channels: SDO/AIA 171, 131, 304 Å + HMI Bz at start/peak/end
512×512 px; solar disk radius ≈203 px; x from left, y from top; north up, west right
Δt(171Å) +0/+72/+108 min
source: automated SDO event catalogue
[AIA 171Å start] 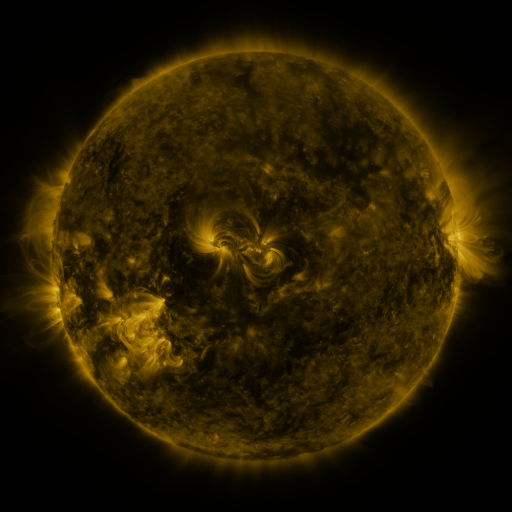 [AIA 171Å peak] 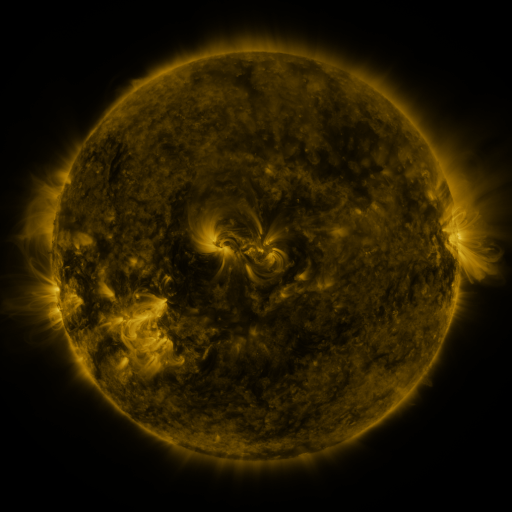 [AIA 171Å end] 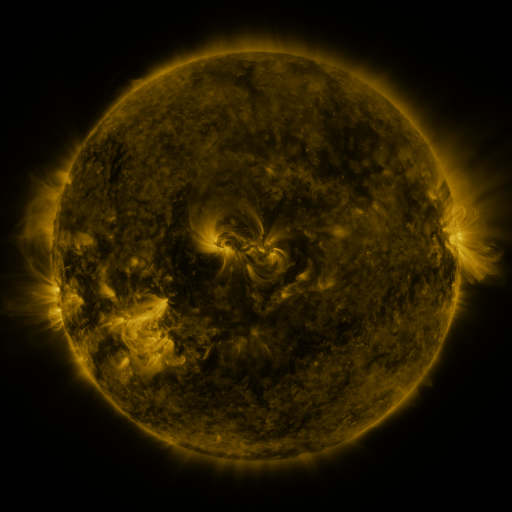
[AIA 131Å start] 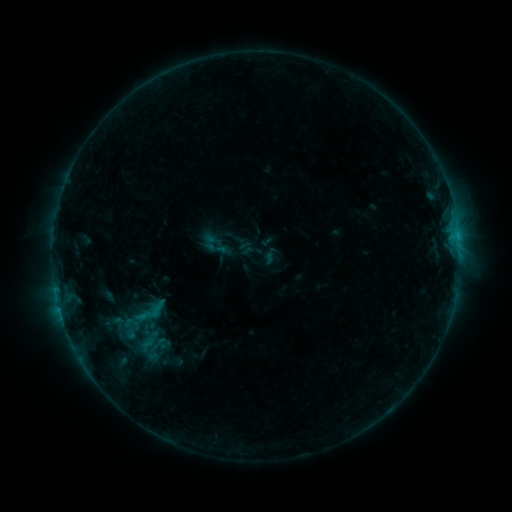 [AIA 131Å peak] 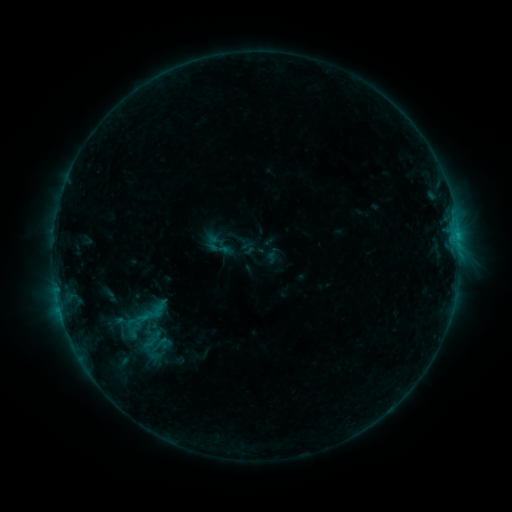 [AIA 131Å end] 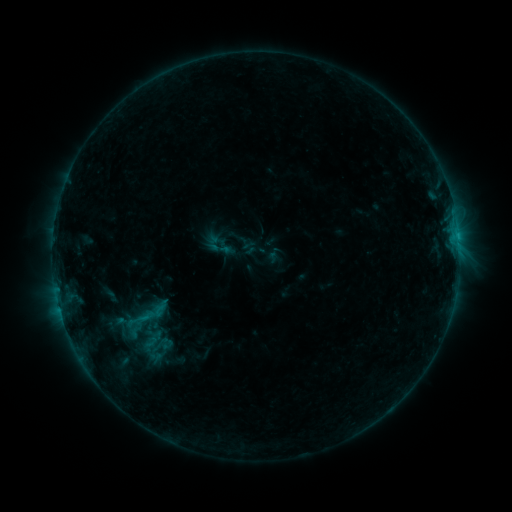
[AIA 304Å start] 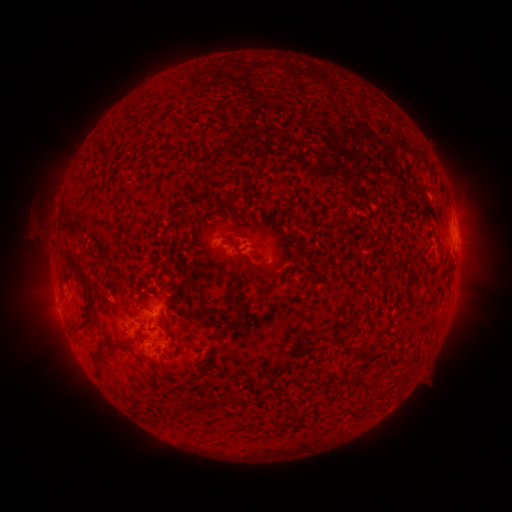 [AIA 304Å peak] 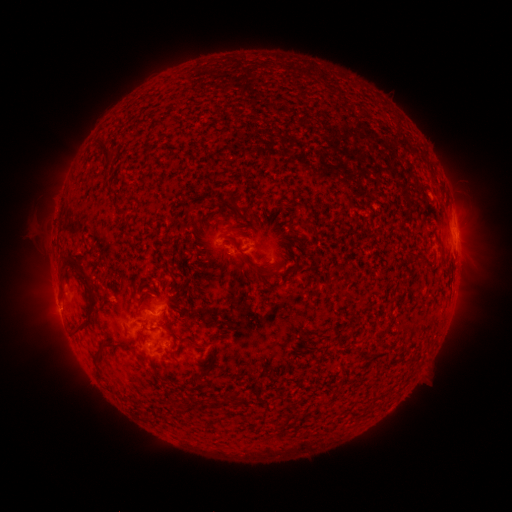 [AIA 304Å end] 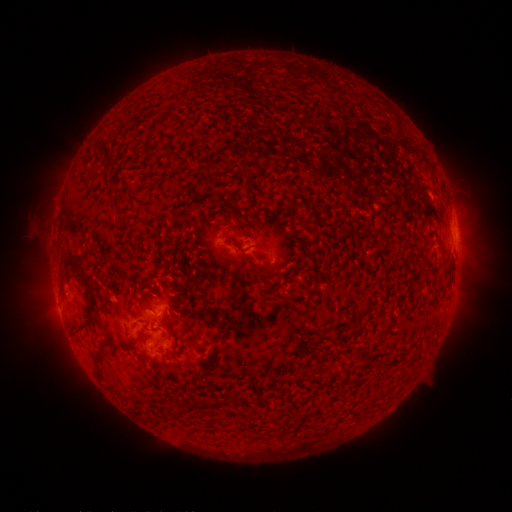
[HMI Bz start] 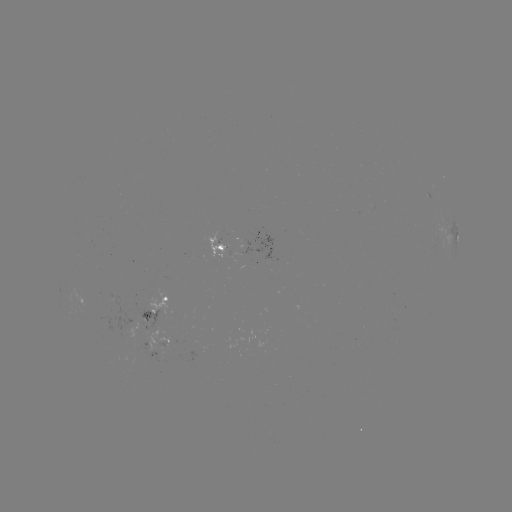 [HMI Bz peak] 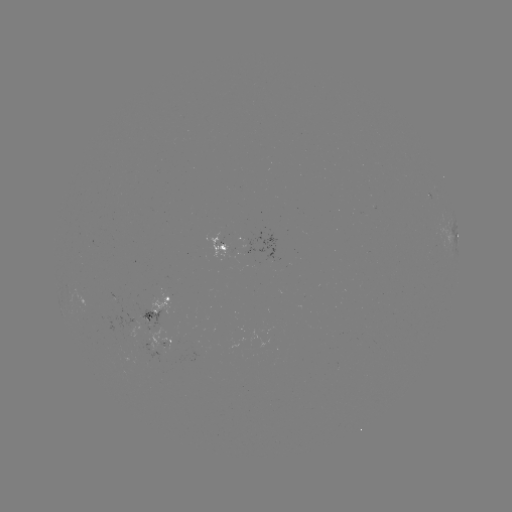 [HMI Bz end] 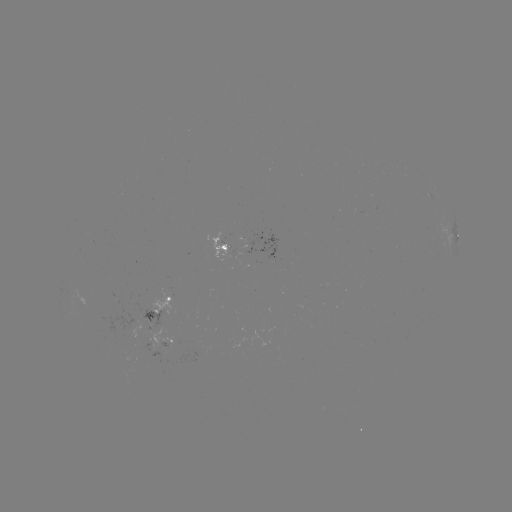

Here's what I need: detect emerging-flux region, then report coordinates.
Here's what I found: emerging-flux region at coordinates [252, 249].